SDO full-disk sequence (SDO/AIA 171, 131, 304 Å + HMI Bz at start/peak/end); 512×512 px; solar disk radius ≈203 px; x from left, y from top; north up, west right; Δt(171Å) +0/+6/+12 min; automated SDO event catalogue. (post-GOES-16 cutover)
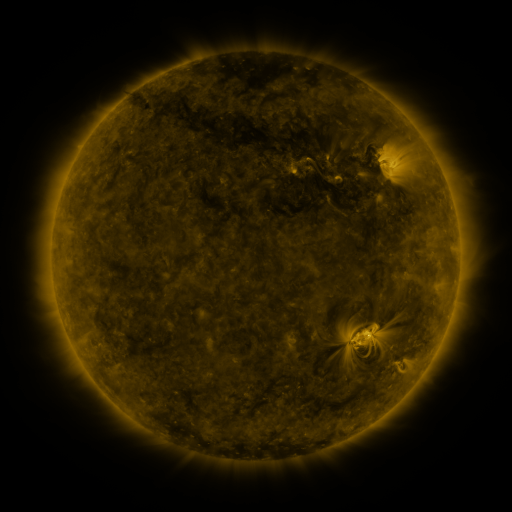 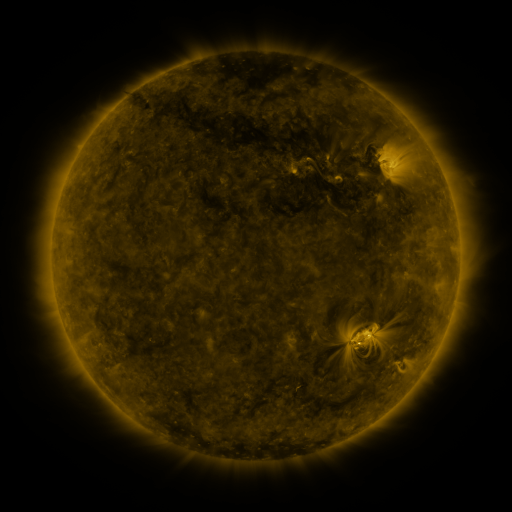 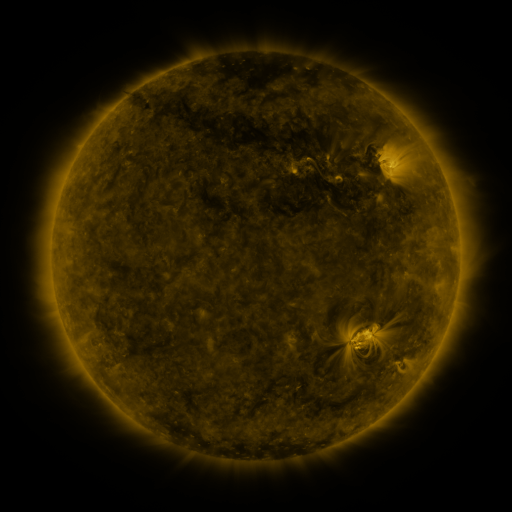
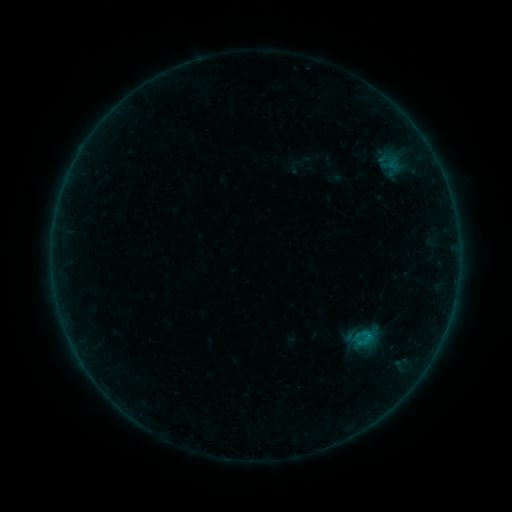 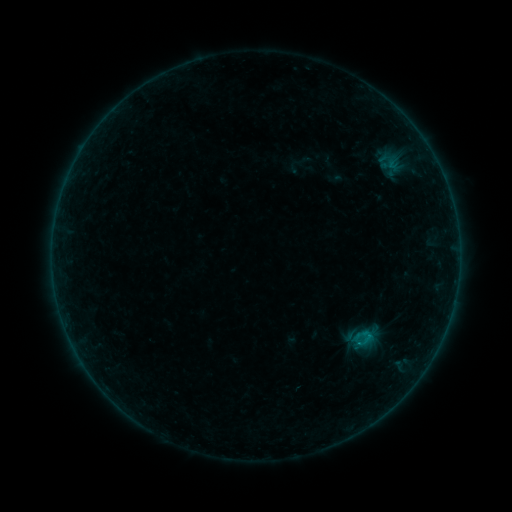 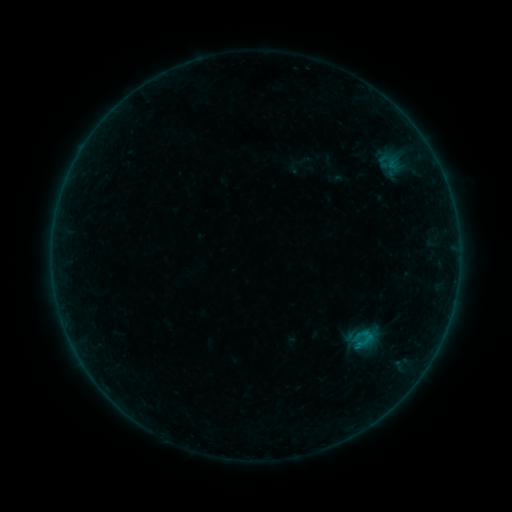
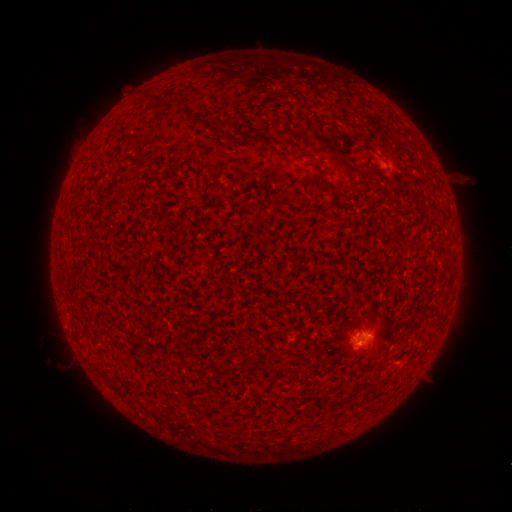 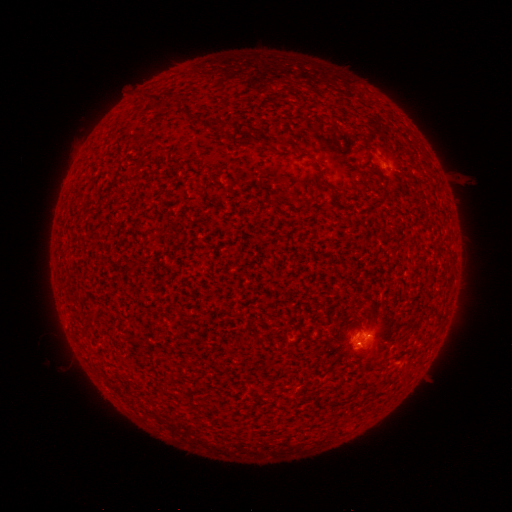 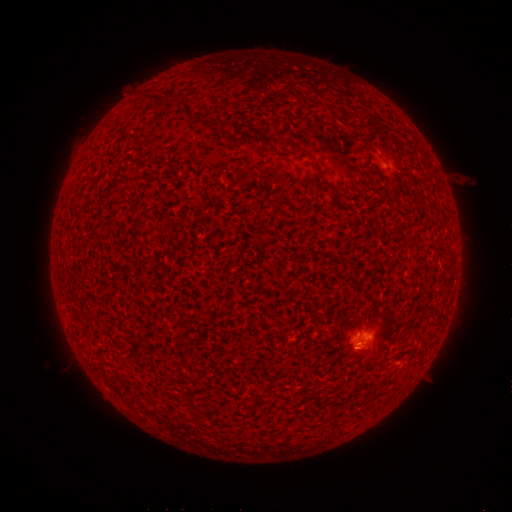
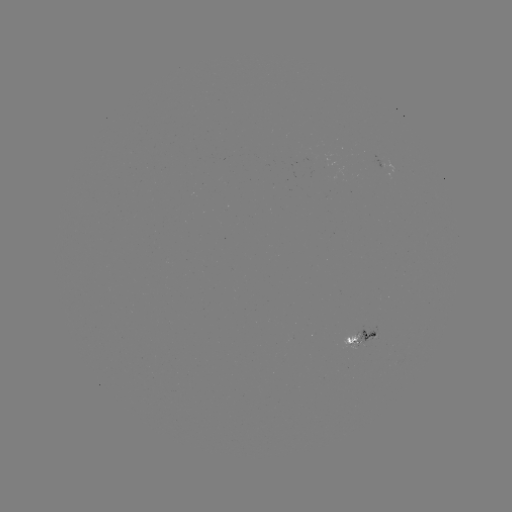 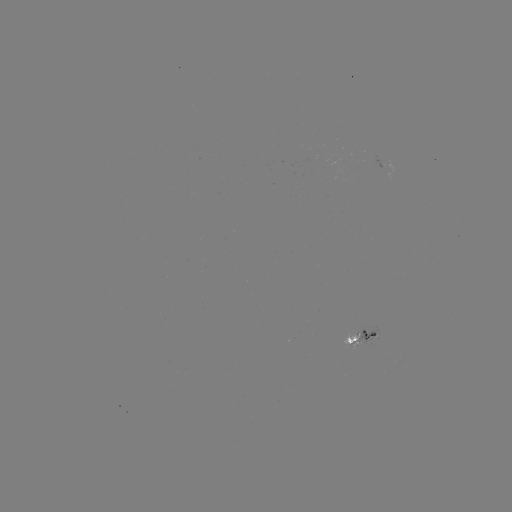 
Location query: B3.9 flare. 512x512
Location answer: (358, 345).